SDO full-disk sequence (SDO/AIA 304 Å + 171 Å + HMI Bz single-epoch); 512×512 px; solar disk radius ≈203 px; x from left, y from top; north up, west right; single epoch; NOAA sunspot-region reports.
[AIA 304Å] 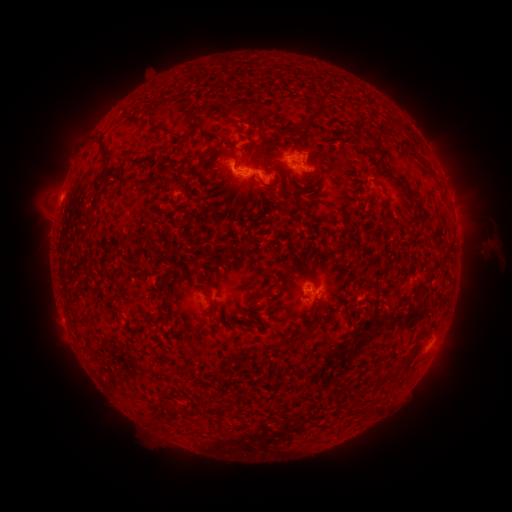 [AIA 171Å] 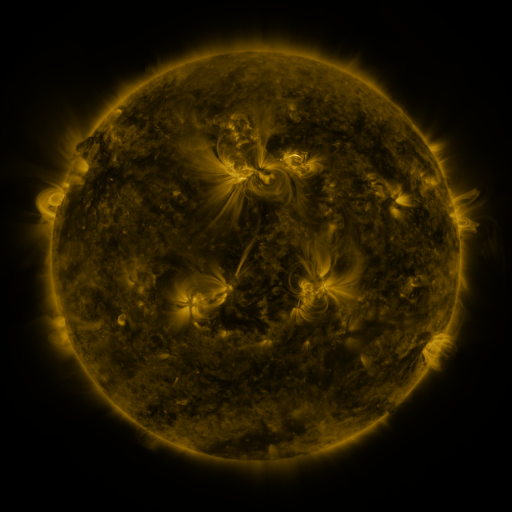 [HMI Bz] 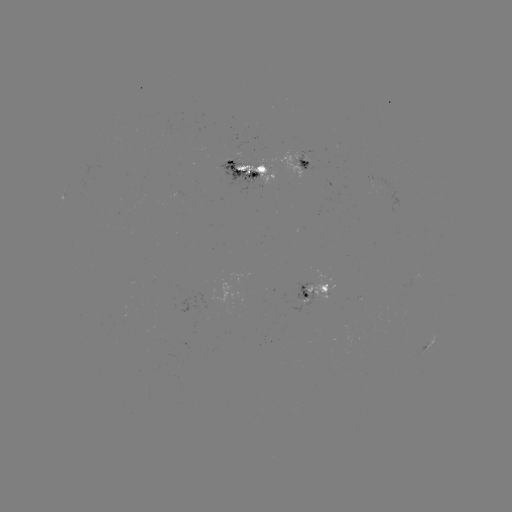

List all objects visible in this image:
spotted active region: (298, 160)
spotted active region: (252, 172)
spotted active region: (319, 291)
spotted active region: (430, 345)
